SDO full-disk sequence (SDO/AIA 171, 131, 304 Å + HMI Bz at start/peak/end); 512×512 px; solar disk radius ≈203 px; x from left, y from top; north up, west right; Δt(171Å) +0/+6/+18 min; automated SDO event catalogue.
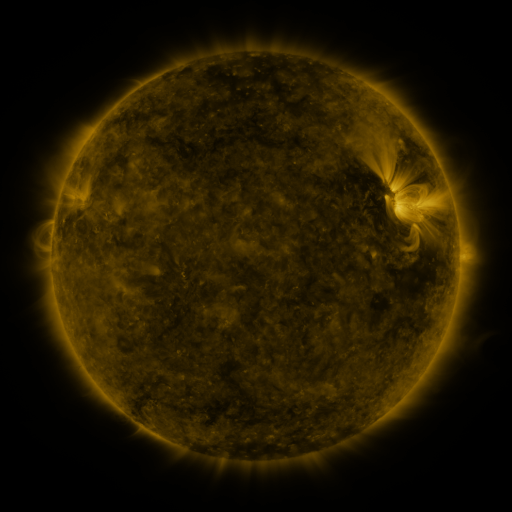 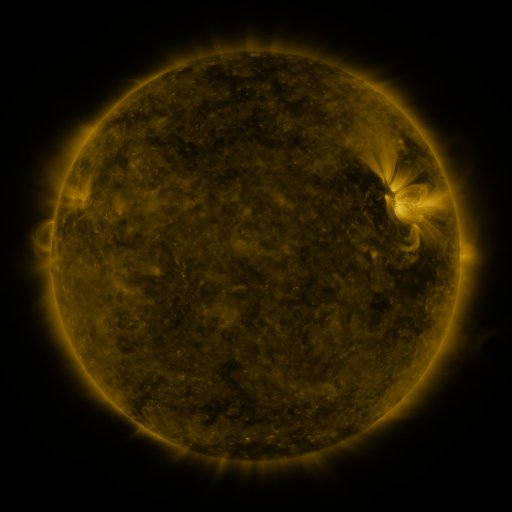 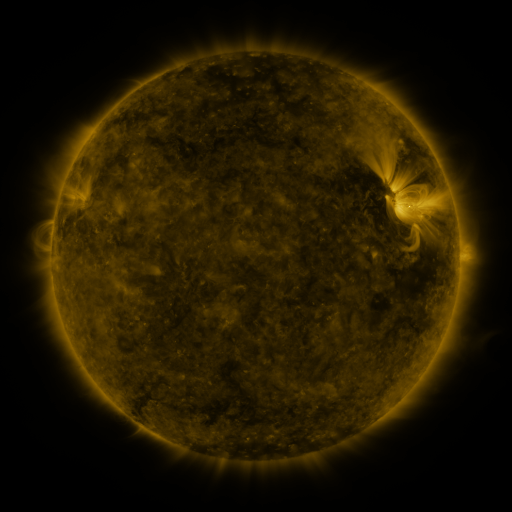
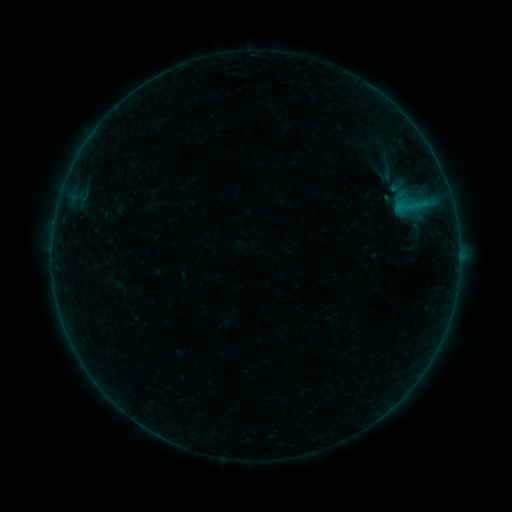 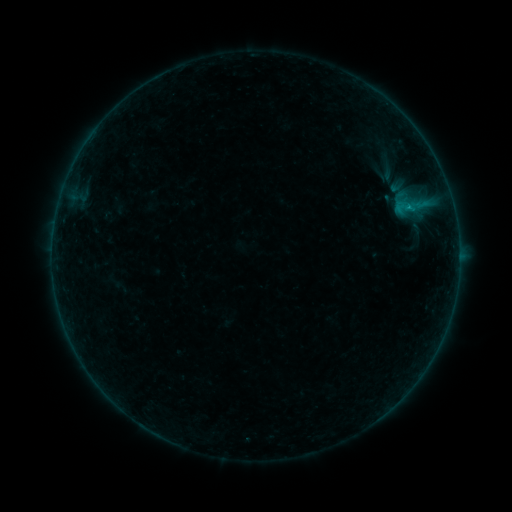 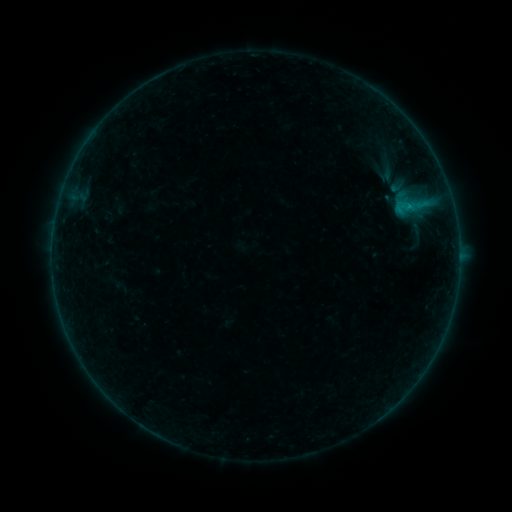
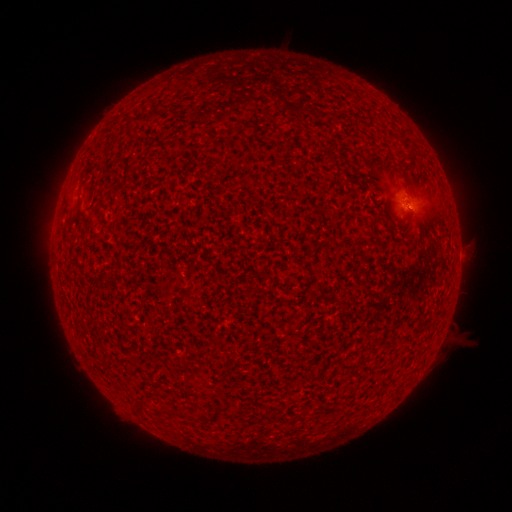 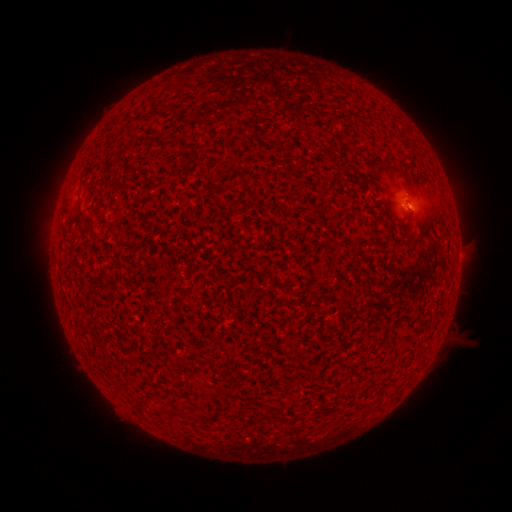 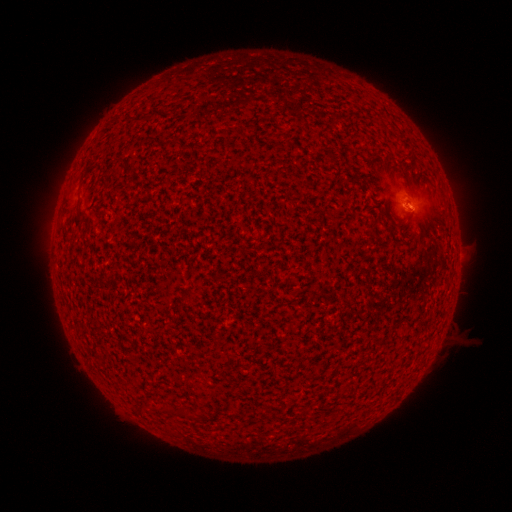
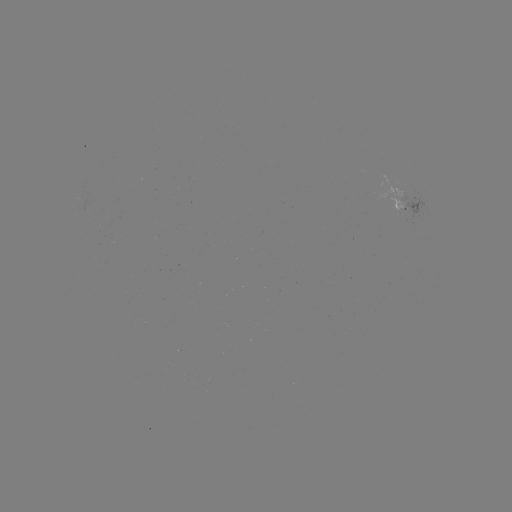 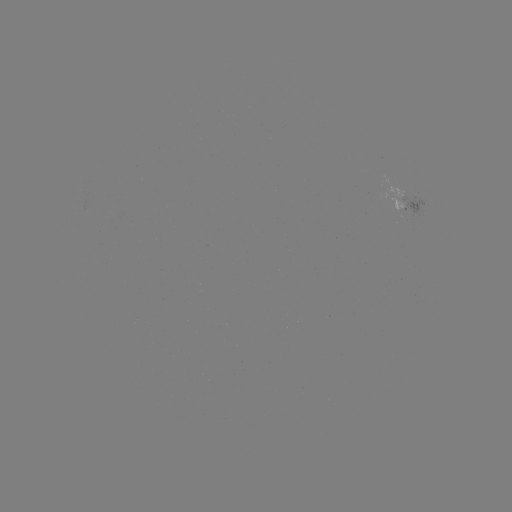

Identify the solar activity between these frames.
B1.7 flare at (408, 209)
